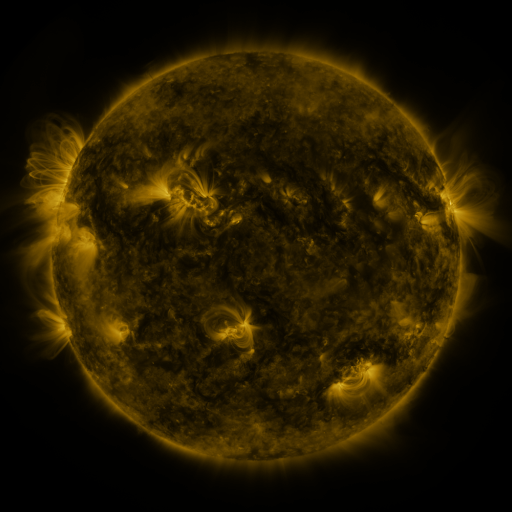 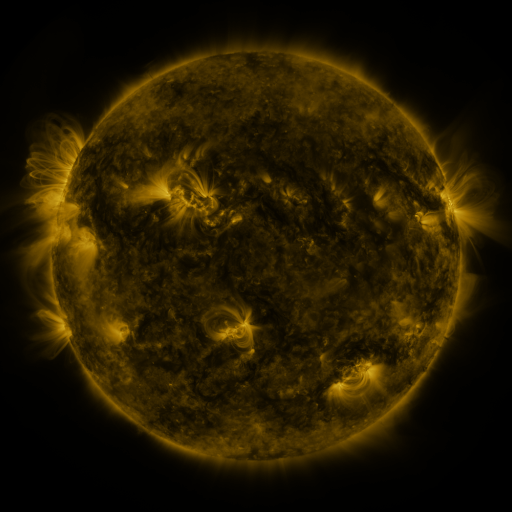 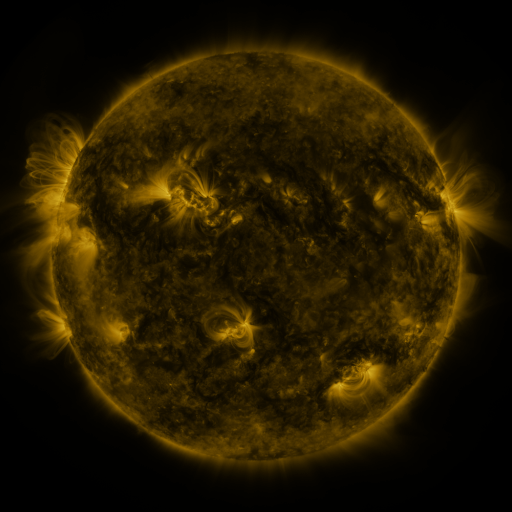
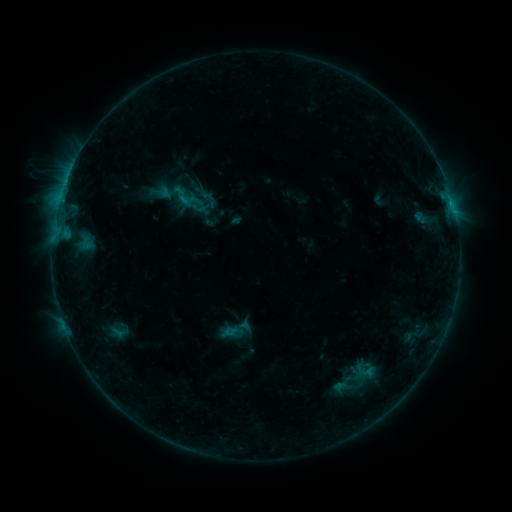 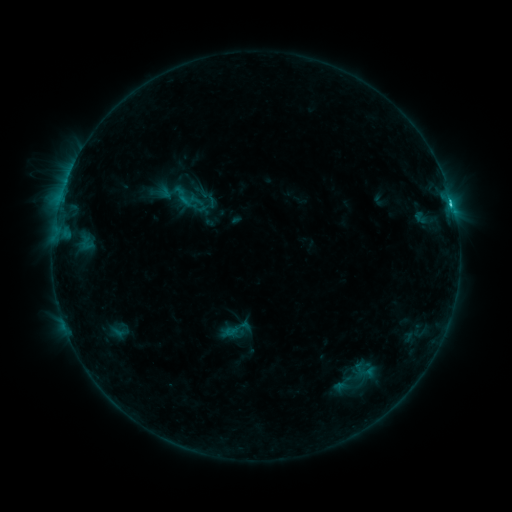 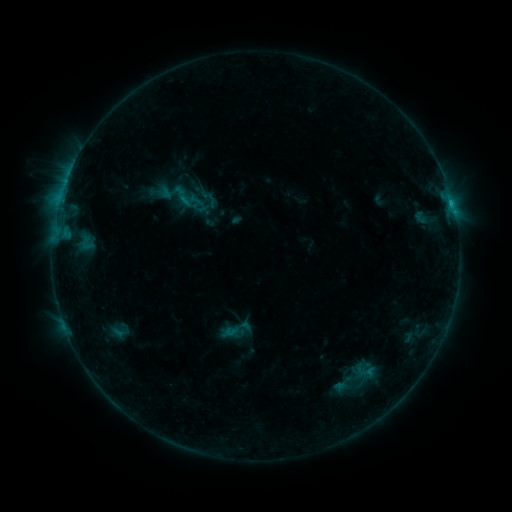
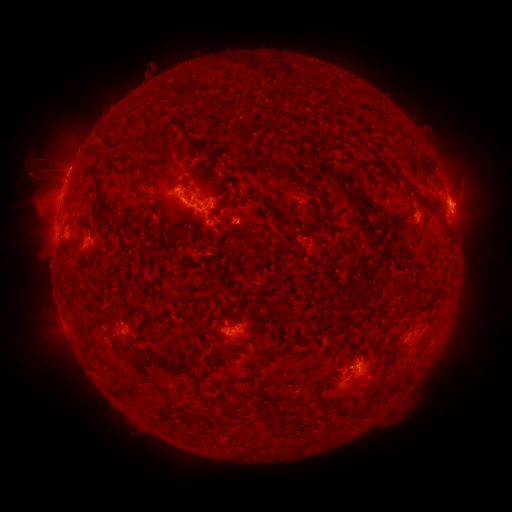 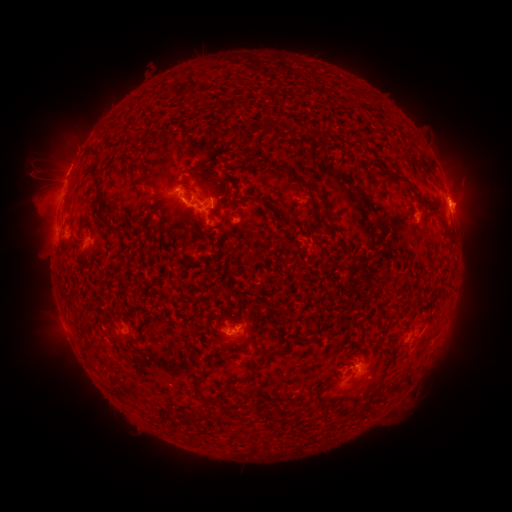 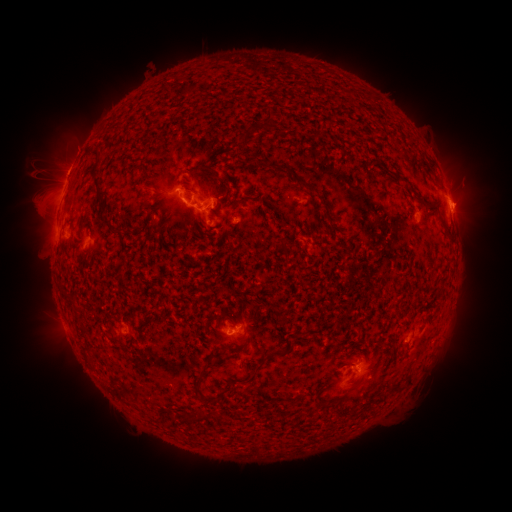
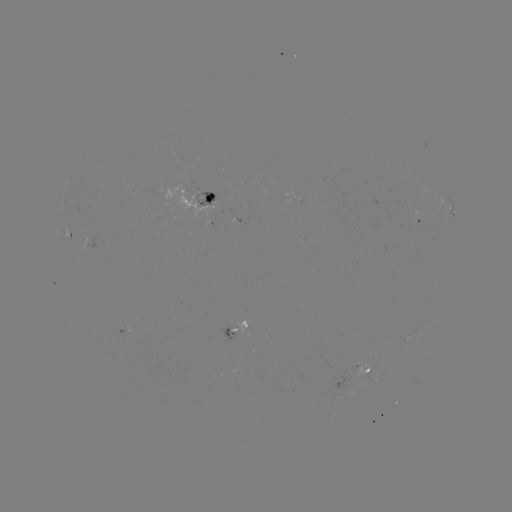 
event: flare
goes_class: C1.7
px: (450, 207)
